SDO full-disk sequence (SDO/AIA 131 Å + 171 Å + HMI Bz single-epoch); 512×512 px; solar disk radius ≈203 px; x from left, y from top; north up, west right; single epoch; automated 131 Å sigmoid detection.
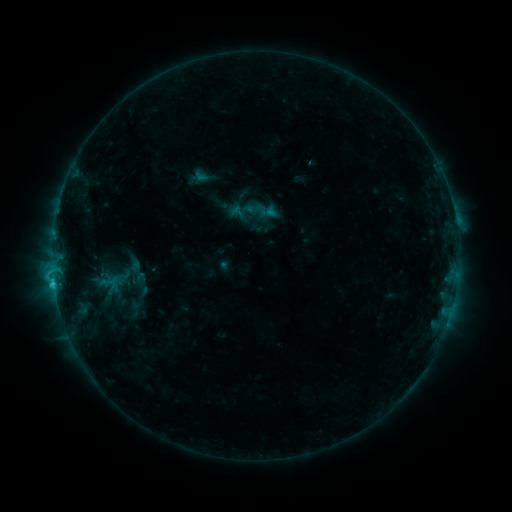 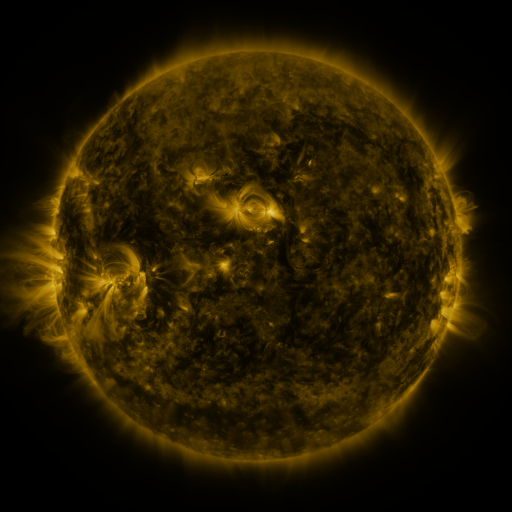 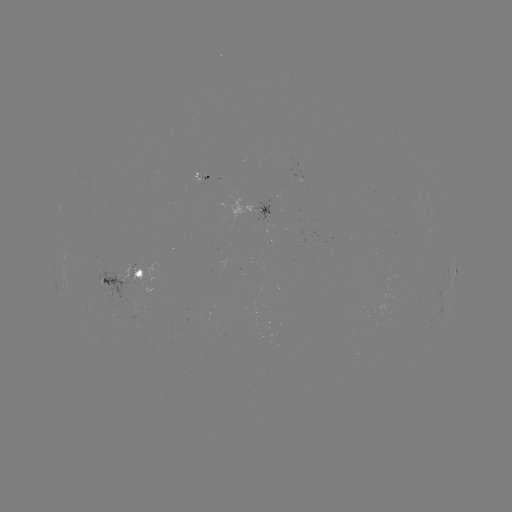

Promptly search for sigmoid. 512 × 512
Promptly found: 141,287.